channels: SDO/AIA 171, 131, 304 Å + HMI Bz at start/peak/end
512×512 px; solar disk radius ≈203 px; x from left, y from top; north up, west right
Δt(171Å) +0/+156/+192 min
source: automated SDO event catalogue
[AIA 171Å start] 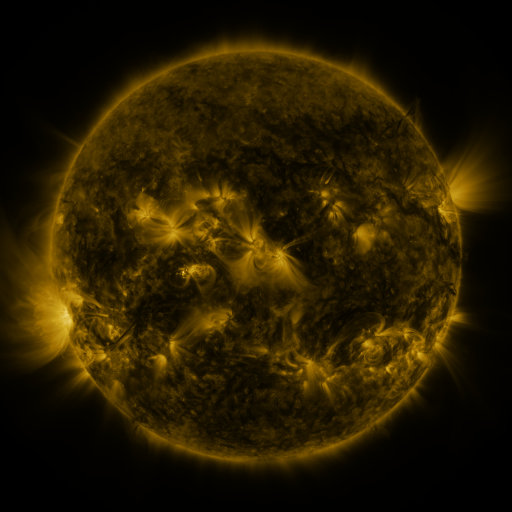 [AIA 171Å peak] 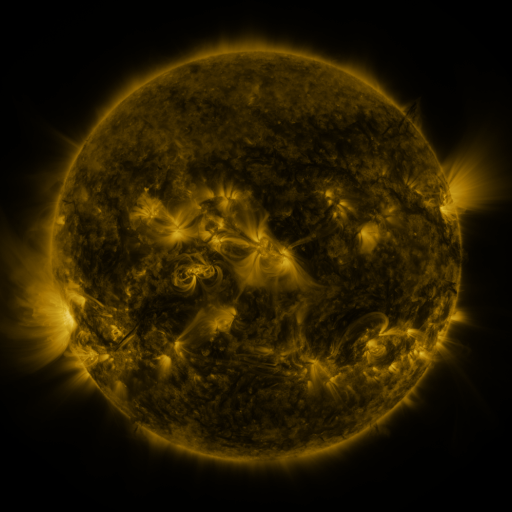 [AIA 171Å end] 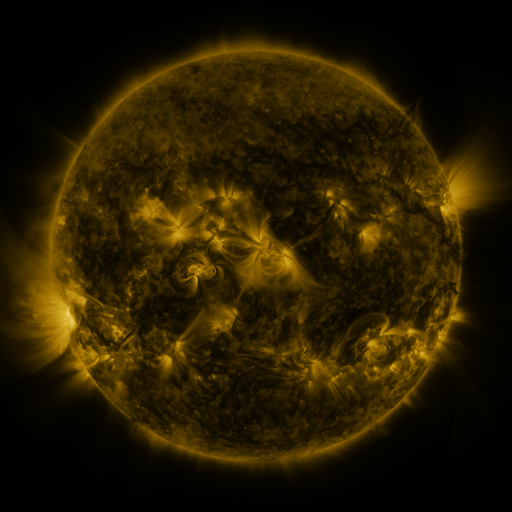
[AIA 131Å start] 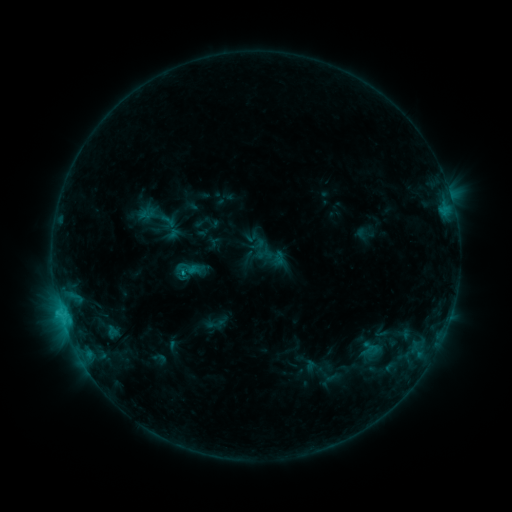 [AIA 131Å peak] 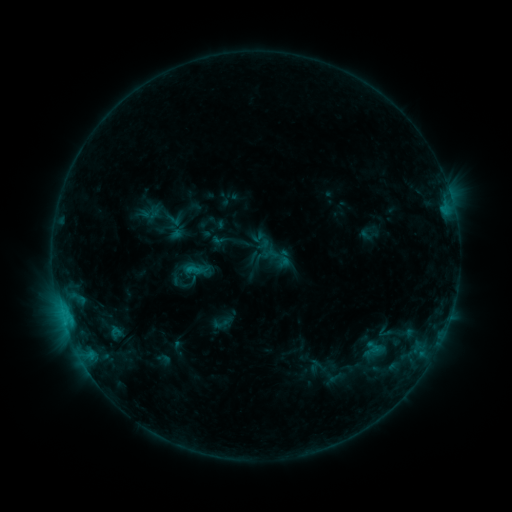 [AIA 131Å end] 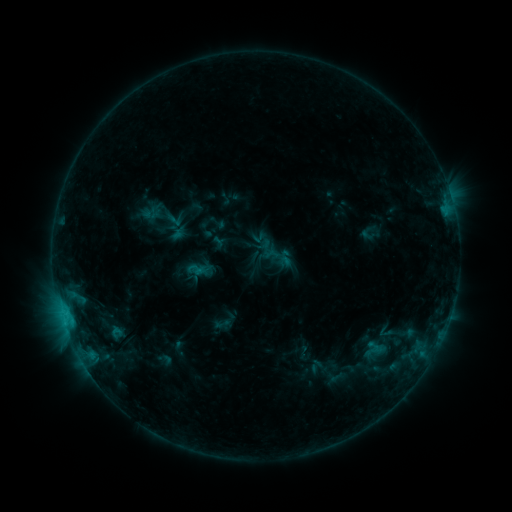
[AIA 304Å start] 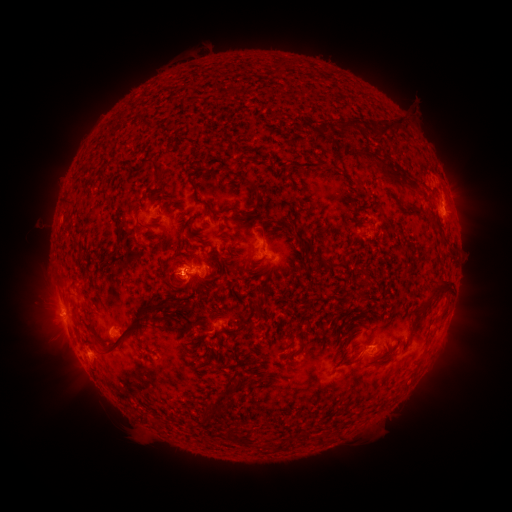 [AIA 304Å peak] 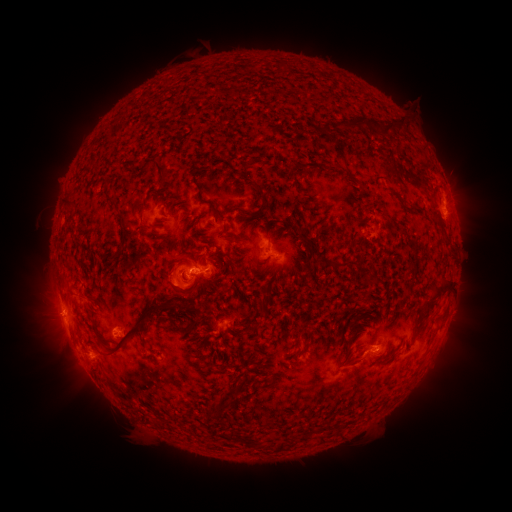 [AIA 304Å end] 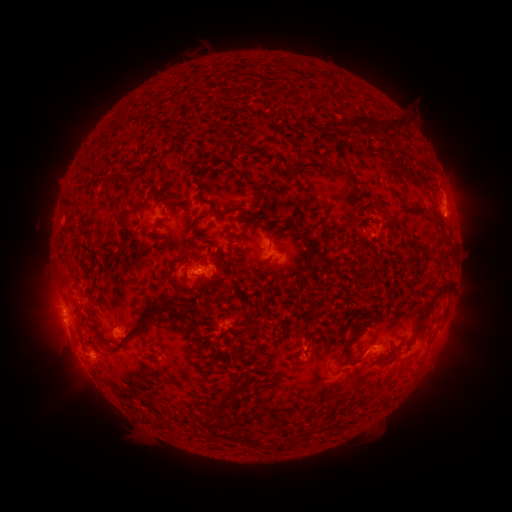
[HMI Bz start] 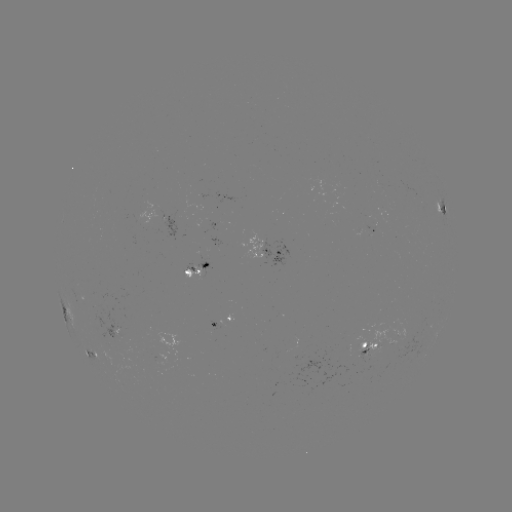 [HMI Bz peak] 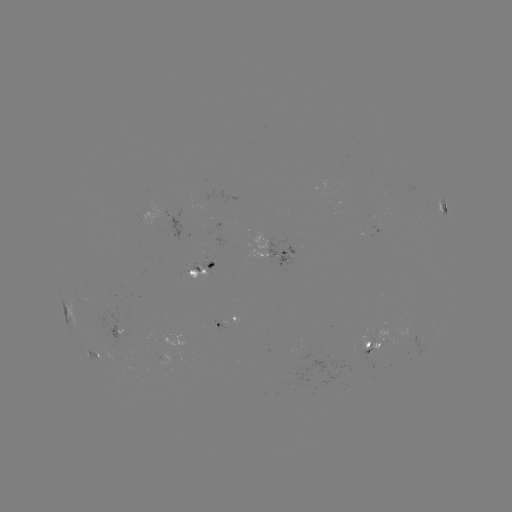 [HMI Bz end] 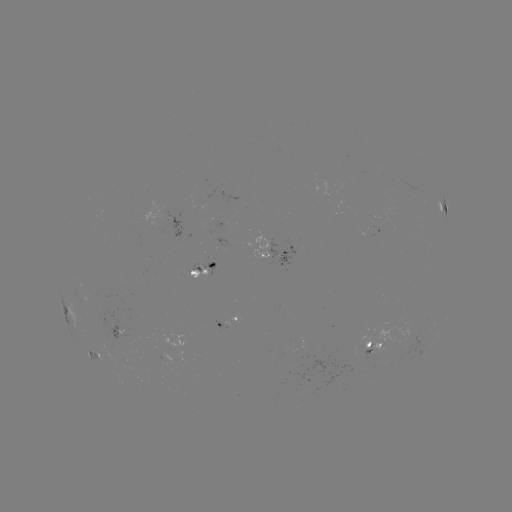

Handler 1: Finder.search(emerging-flux region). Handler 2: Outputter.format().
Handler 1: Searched emerging-flux region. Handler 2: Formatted (120, 328).